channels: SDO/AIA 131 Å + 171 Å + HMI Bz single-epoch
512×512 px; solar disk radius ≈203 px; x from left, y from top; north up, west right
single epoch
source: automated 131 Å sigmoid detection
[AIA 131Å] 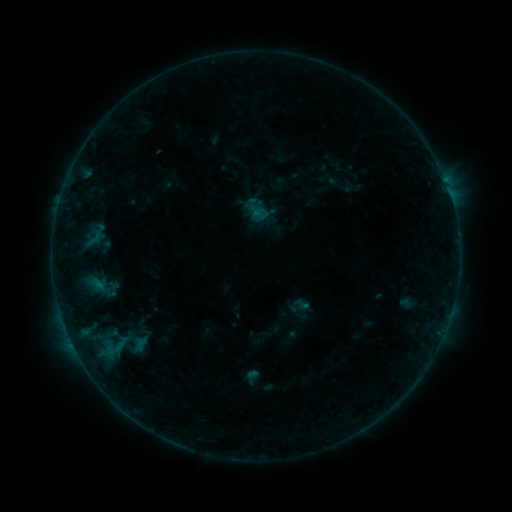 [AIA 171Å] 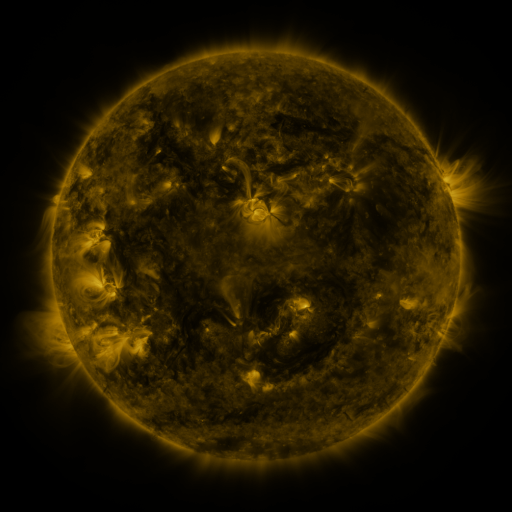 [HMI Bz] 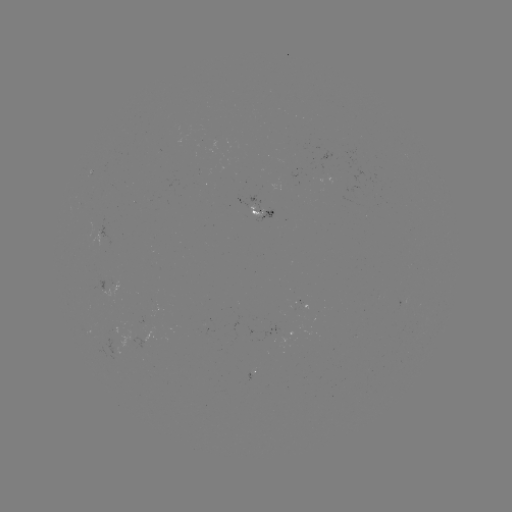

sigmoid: <bbox>85, 230, 103, 248</bbox>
